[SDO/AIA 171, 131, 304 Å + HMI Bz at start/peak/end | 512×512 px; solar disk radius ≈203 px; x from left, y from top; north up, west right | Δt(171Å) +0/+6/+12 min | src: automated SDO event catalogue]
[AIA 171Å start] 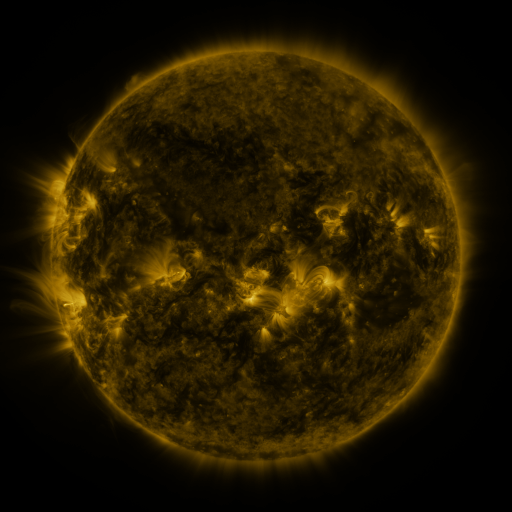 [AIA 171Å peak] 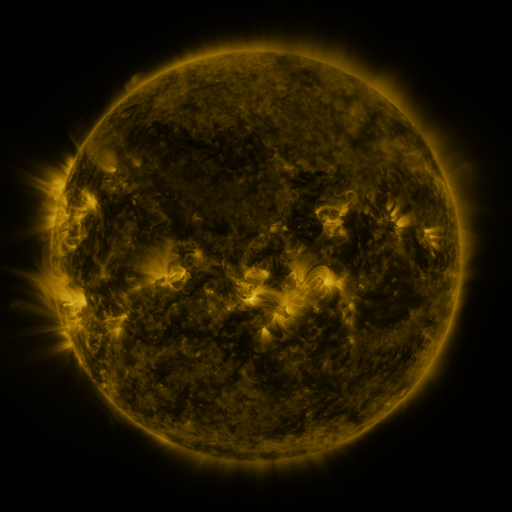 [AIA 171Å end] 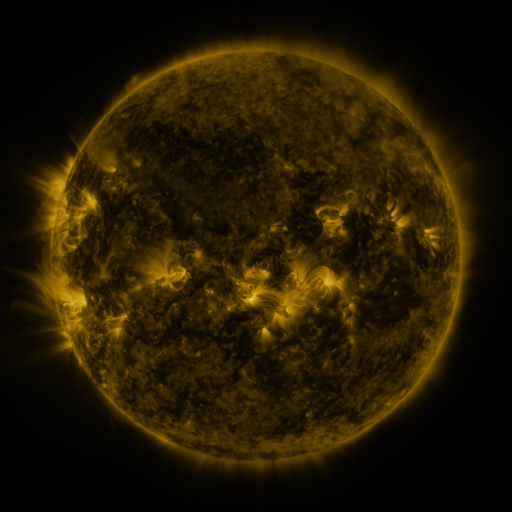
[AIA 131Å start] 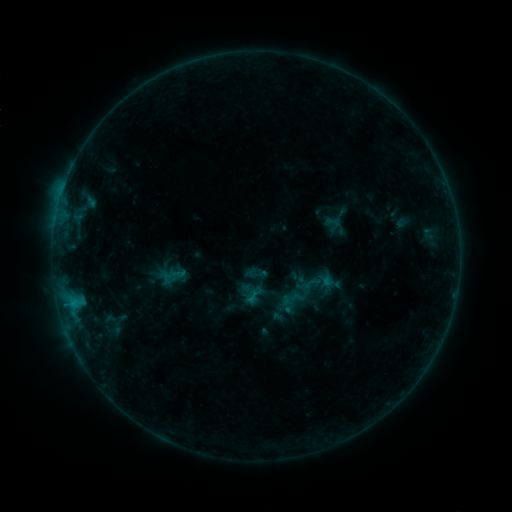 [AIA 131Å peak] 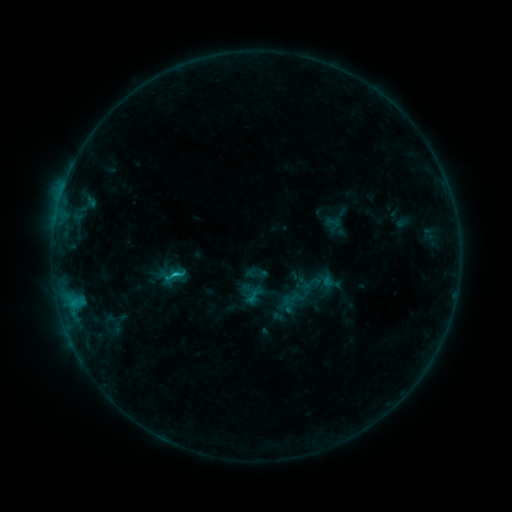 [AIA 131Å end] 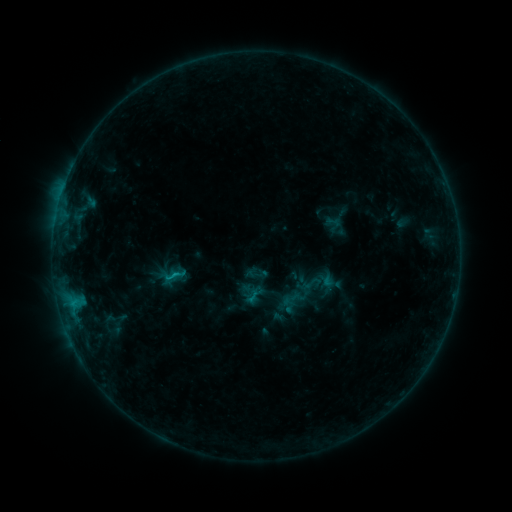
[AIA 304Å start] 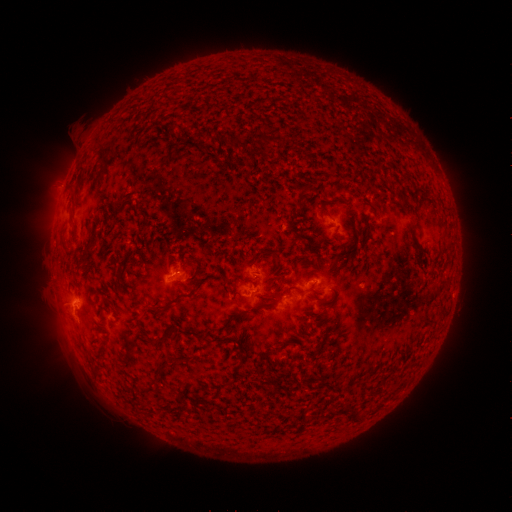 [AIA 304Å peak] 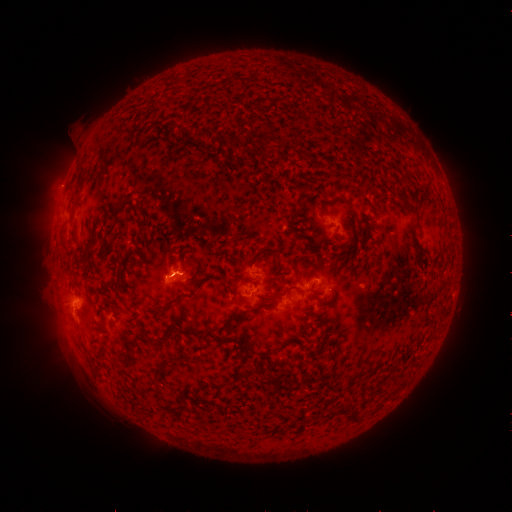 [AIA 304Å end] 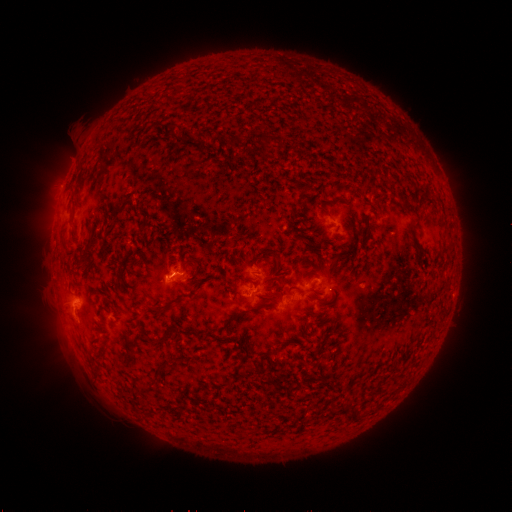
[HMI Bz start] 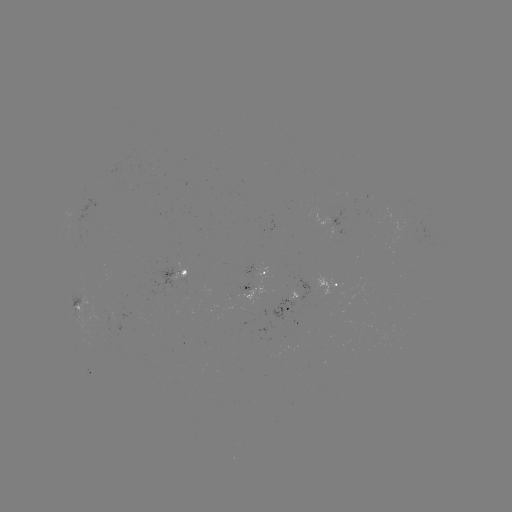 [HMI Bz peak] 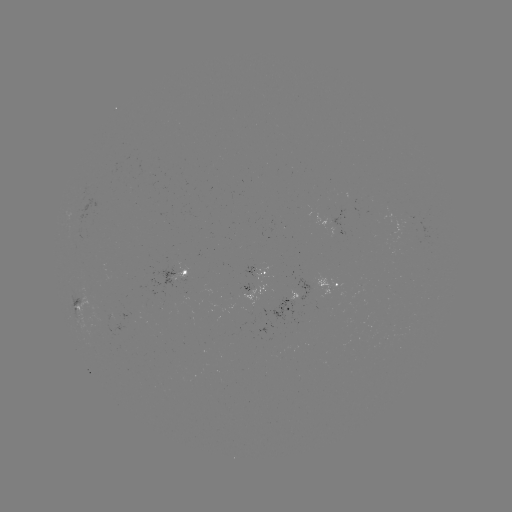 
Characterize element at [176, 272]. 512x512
B8.1 flare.